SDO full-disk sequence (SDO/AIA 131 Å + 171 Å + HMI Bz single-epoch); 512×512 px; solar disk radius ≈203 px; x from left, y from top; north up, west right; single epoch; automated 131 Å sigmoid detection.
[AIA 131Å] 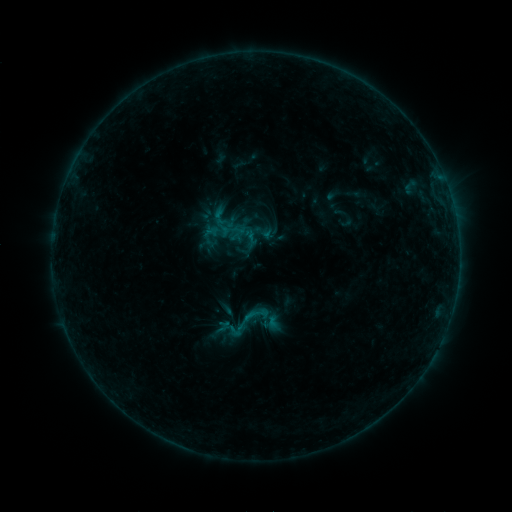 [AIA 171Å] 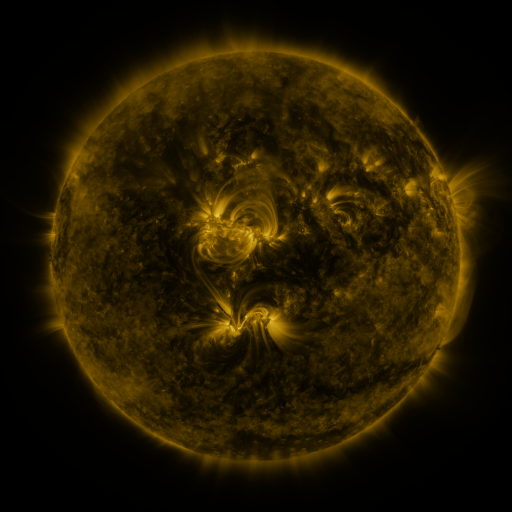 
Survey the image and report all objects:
sigmoid: <bbox>219, 297, 273, 347</bbox>
sigmoid: <bbox>227, 323, 244, 338</bbox>
